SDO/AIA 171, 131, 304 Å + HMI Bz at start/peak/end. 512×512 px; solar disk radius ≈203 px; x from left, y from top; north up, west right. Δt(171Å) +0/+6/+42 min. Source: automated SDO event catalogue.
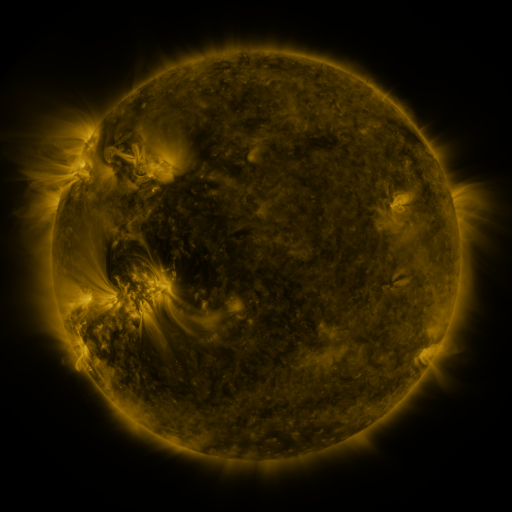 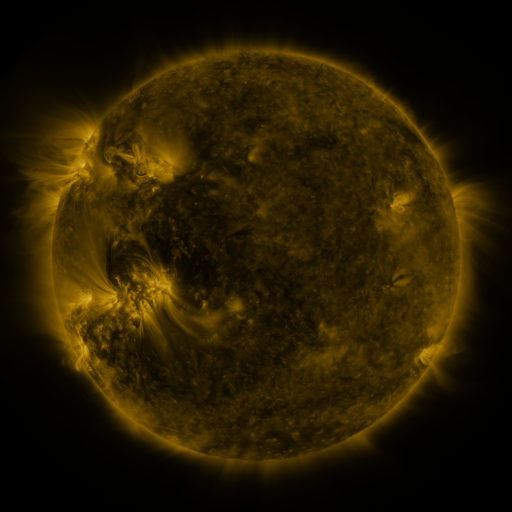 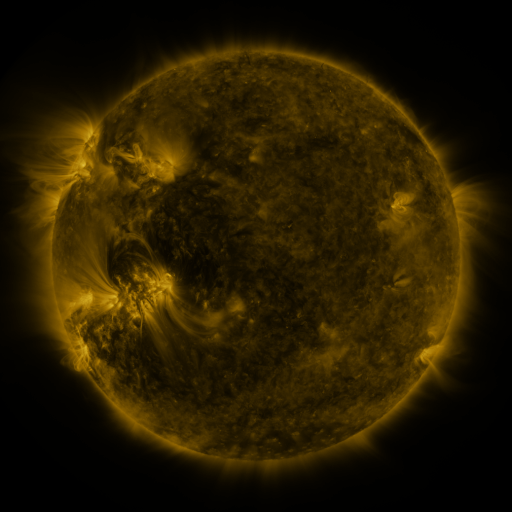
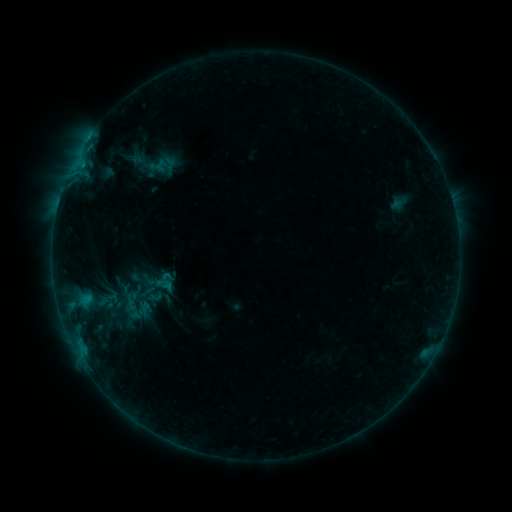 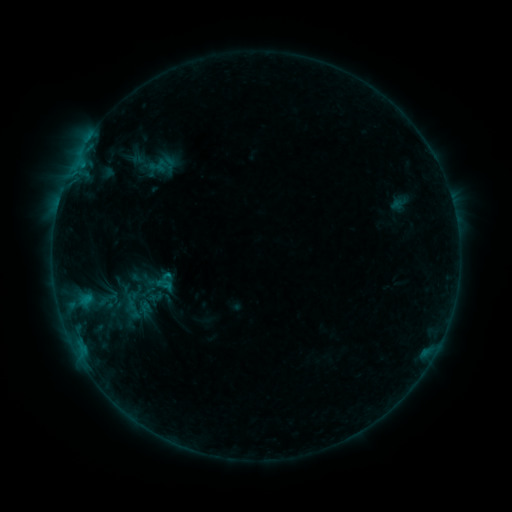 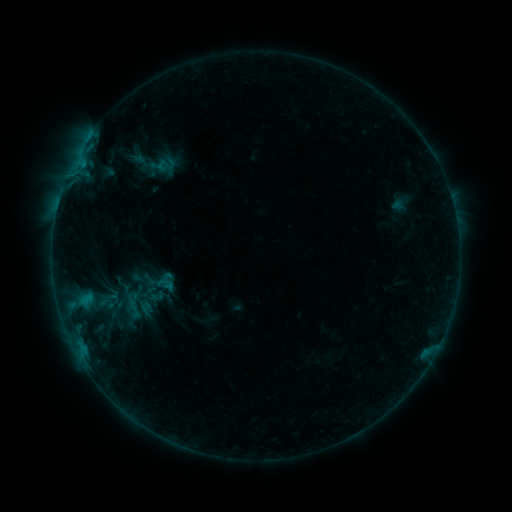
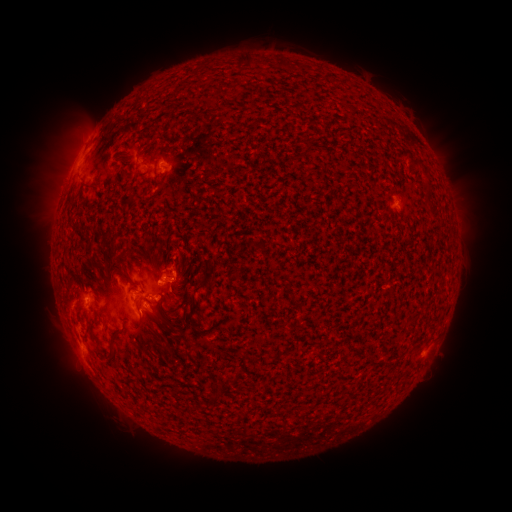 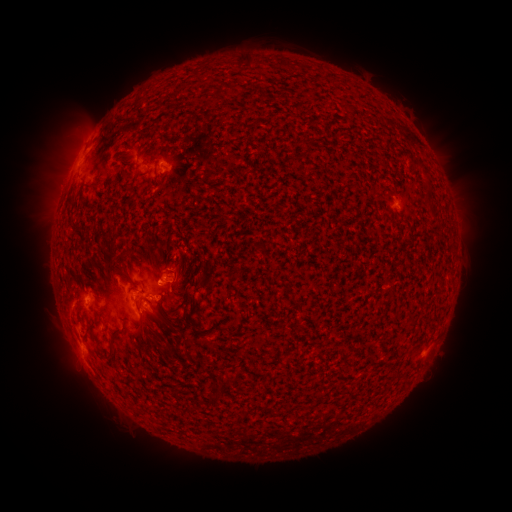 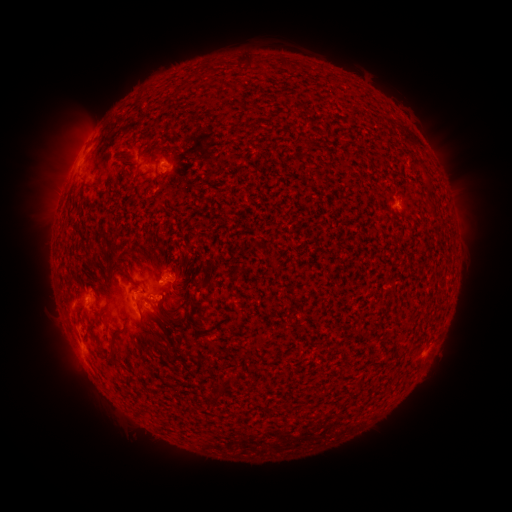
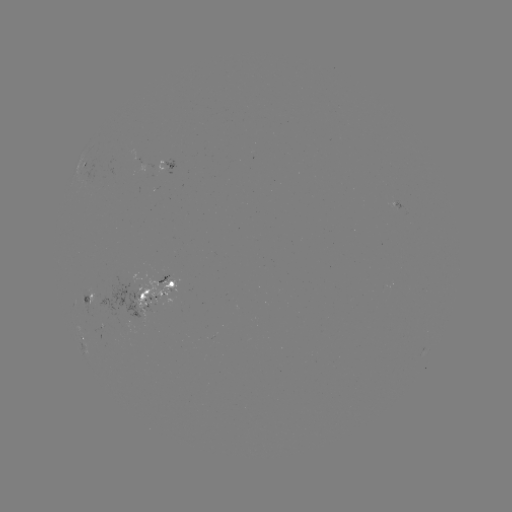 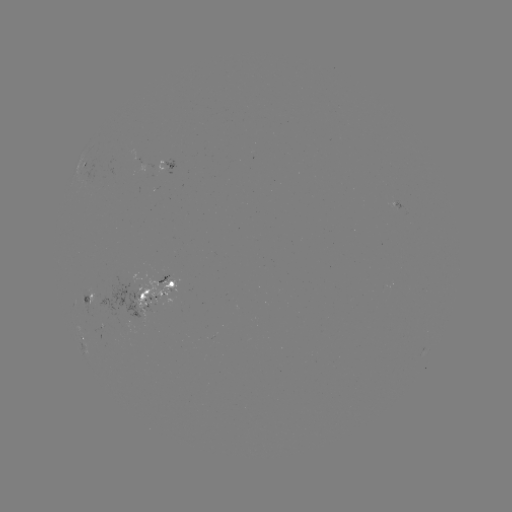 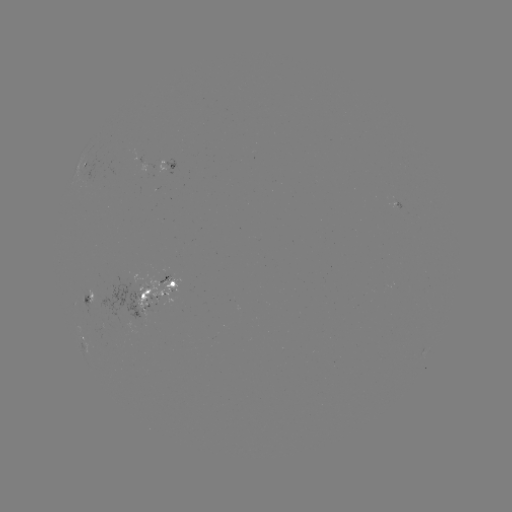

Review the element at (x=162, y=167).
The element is emerging-flux region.